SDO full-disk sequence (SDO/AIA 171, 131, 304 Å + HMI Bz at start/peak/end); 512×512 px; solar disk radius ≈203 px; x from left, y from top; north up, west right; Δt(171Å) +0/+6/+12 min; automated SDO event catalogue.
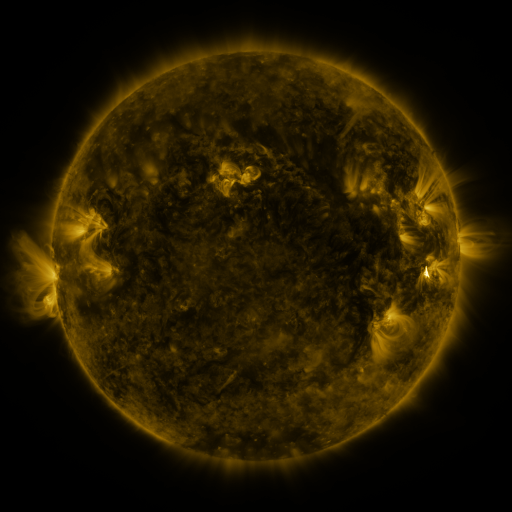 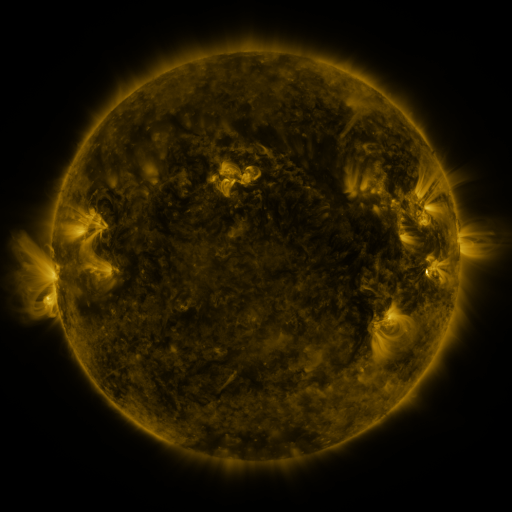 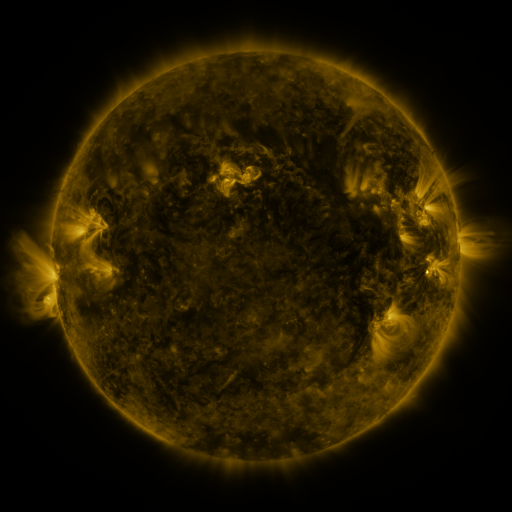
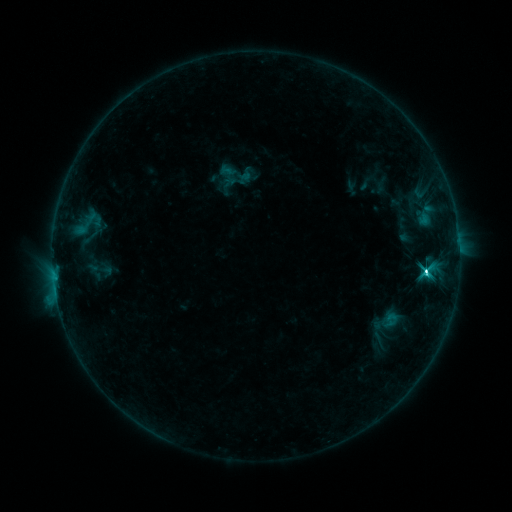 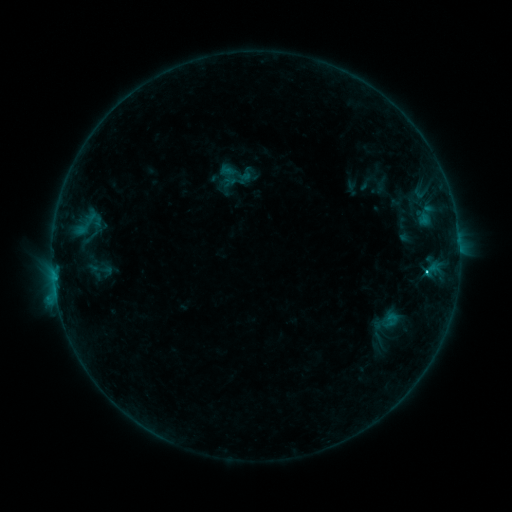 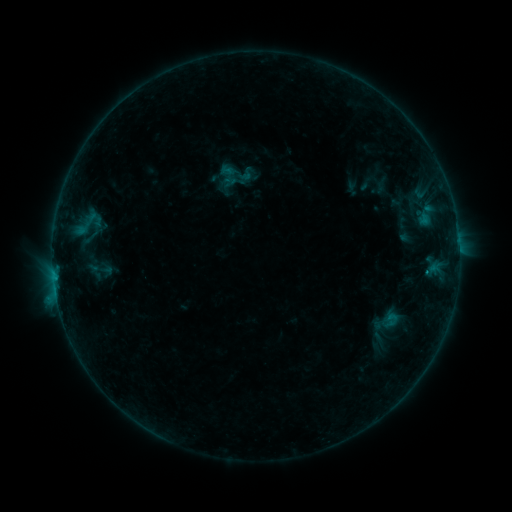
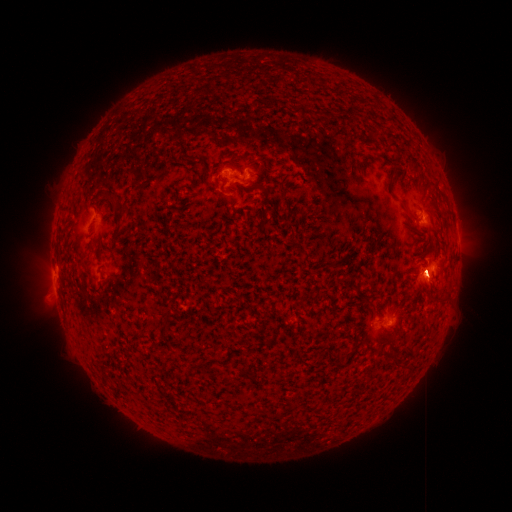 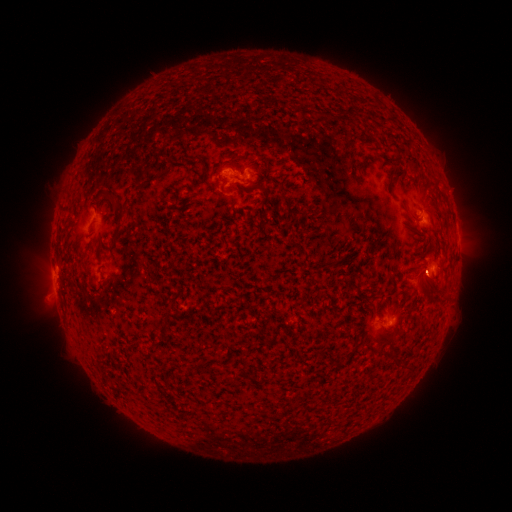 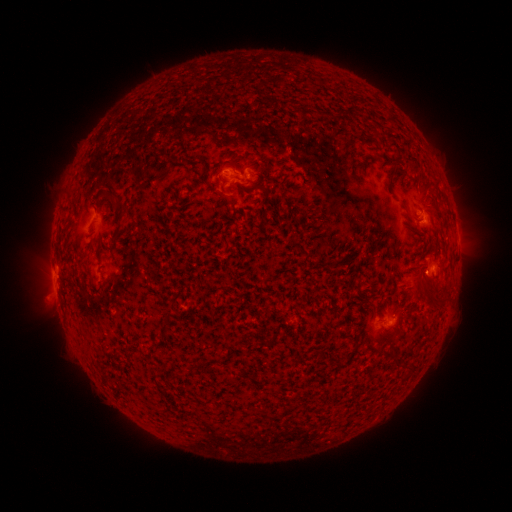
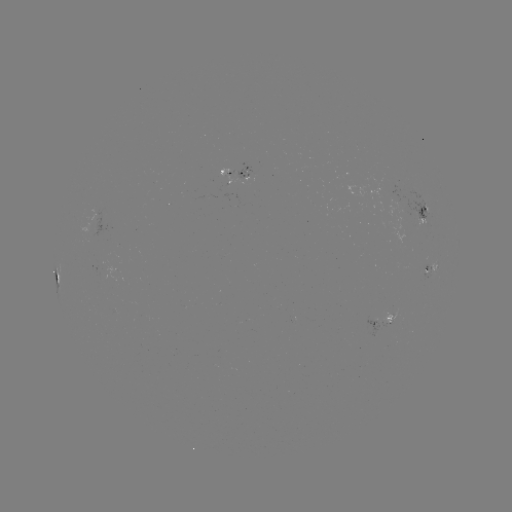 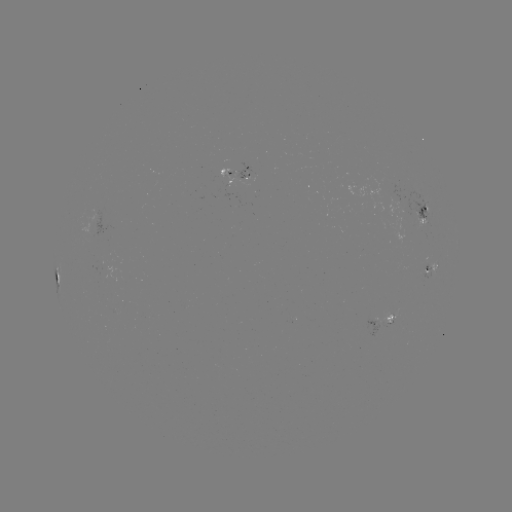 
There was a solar eruption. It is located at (417, 288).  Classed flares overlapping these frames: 1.